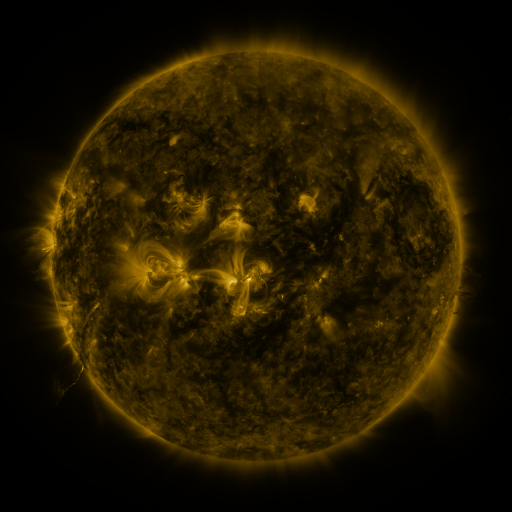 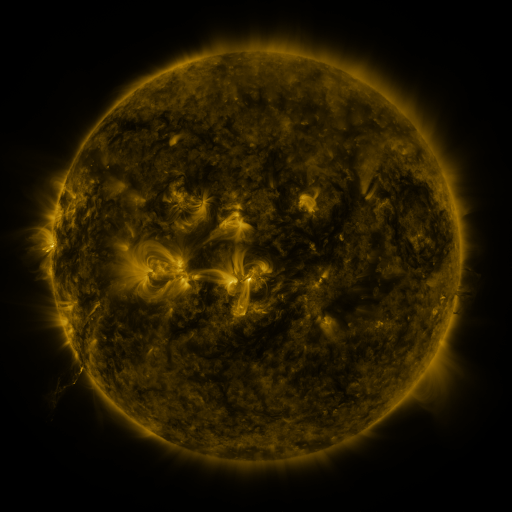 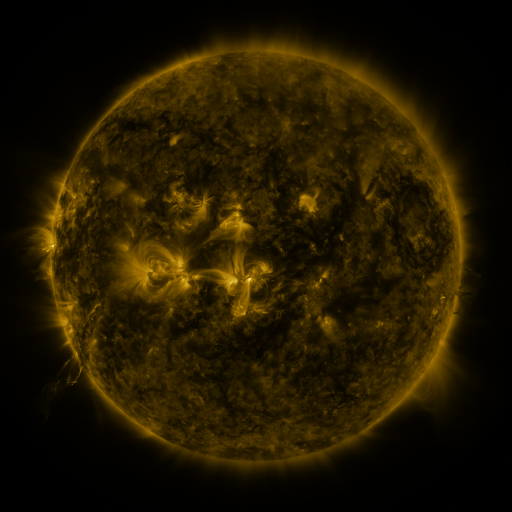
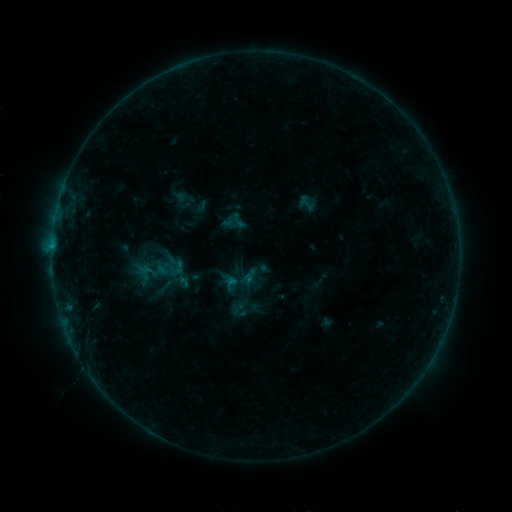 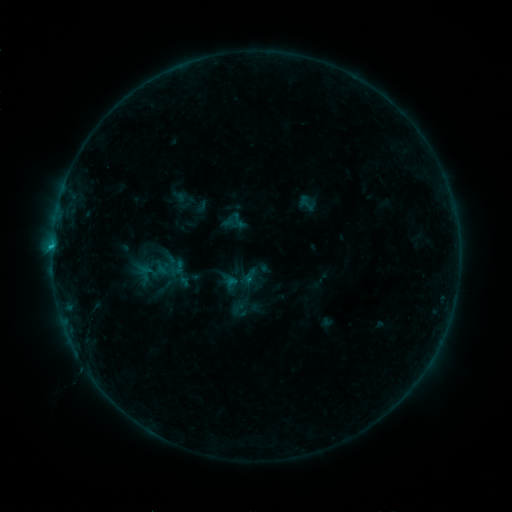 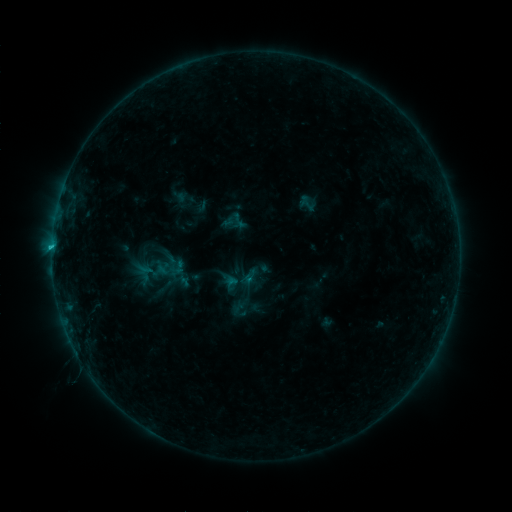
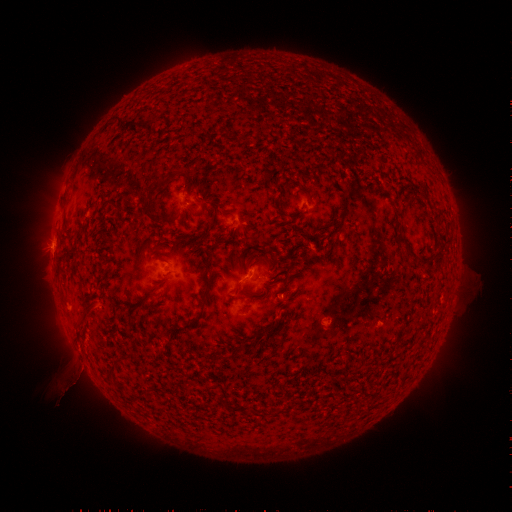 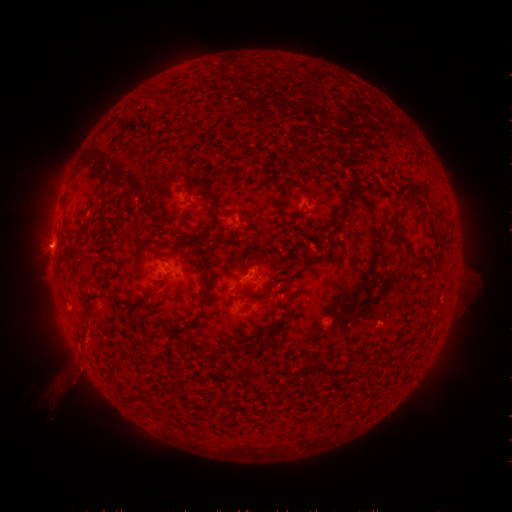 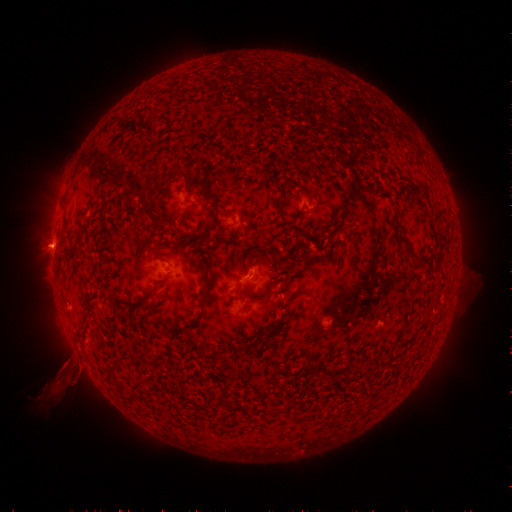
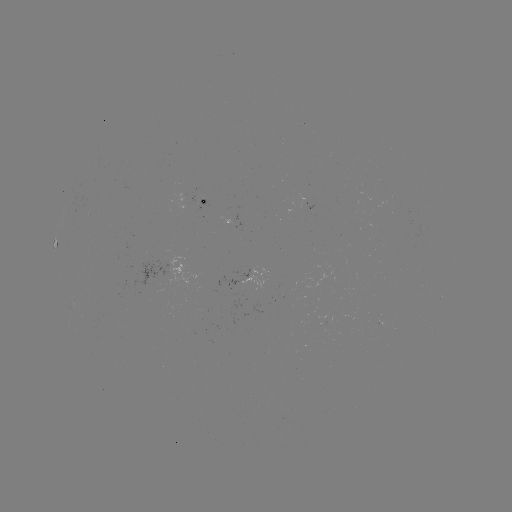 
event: flare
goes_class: C1.8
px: (55, 246)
